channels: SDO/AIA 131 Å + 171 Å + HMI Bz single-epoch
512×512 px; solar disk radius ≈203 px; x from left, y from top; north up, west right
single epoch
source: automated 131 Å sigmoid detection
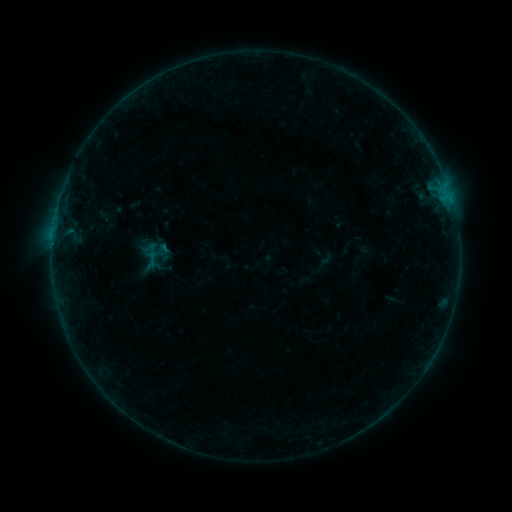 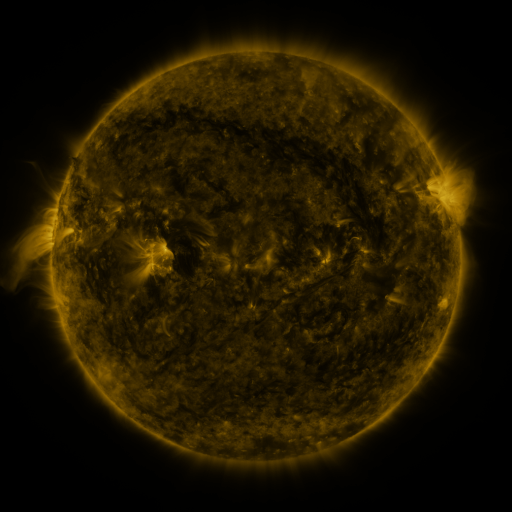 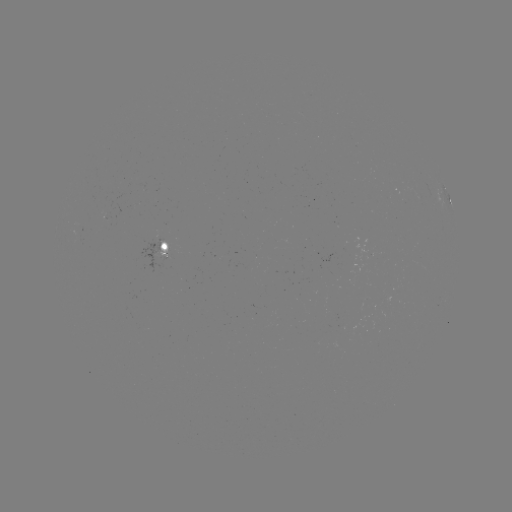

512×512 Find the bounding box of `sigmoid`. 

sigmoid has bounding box [142, 250, 163, 269].